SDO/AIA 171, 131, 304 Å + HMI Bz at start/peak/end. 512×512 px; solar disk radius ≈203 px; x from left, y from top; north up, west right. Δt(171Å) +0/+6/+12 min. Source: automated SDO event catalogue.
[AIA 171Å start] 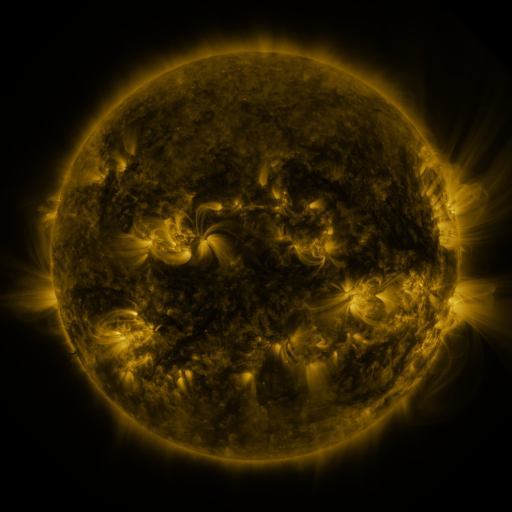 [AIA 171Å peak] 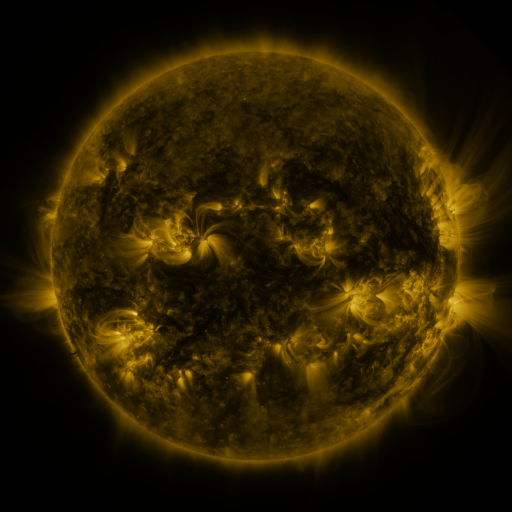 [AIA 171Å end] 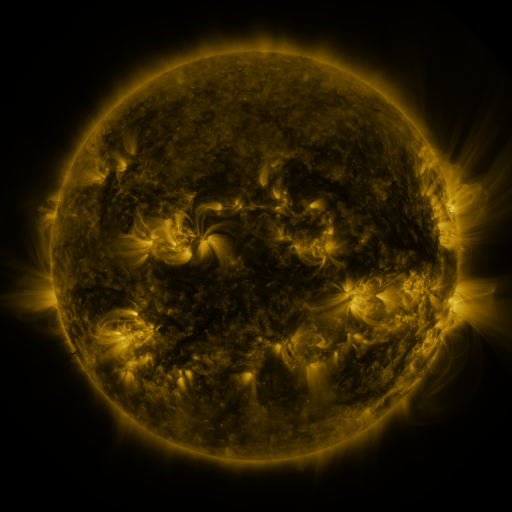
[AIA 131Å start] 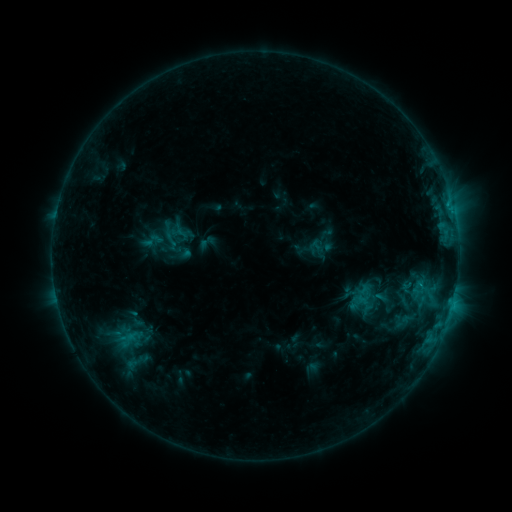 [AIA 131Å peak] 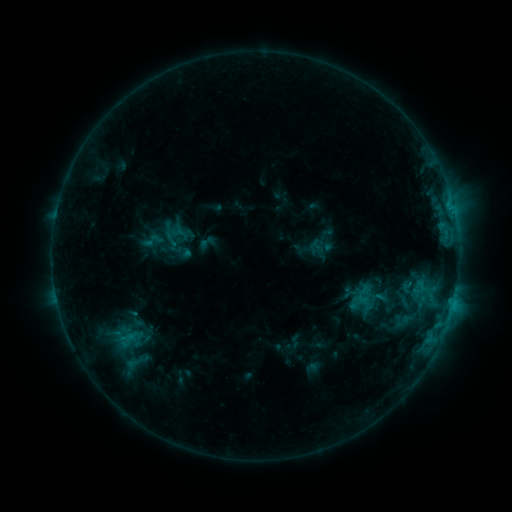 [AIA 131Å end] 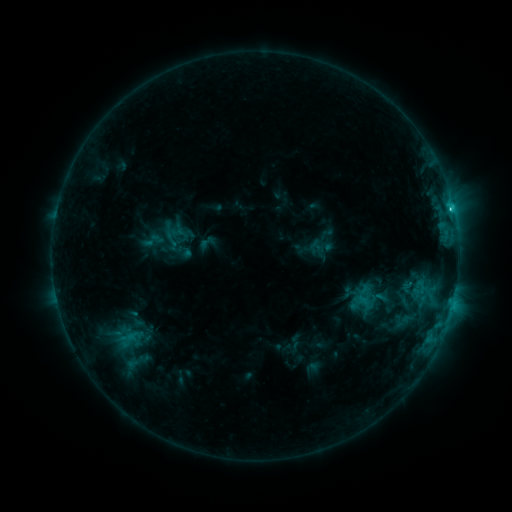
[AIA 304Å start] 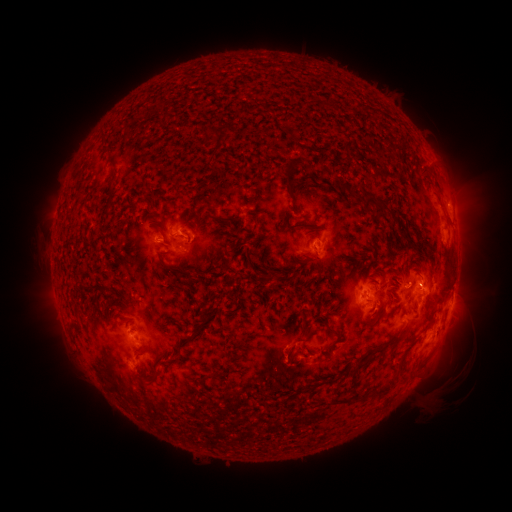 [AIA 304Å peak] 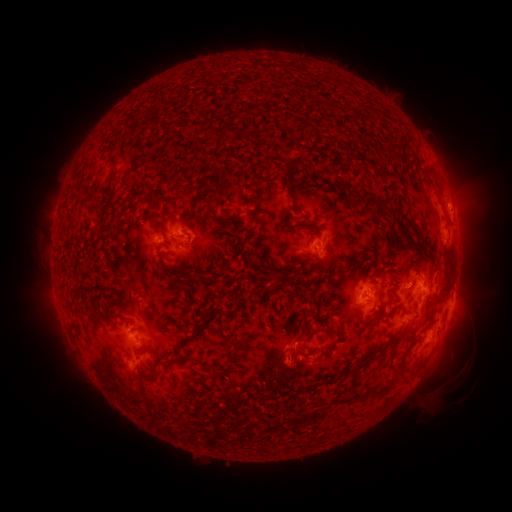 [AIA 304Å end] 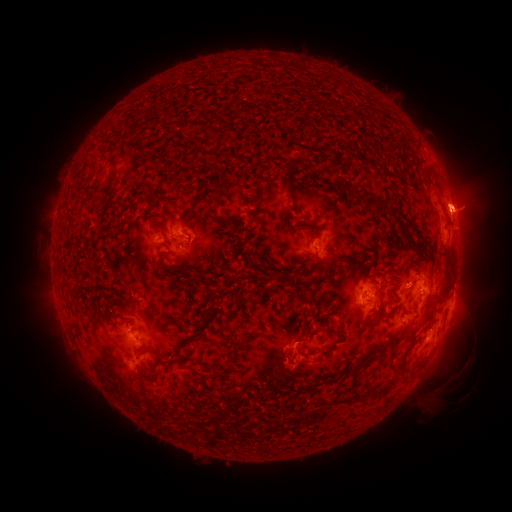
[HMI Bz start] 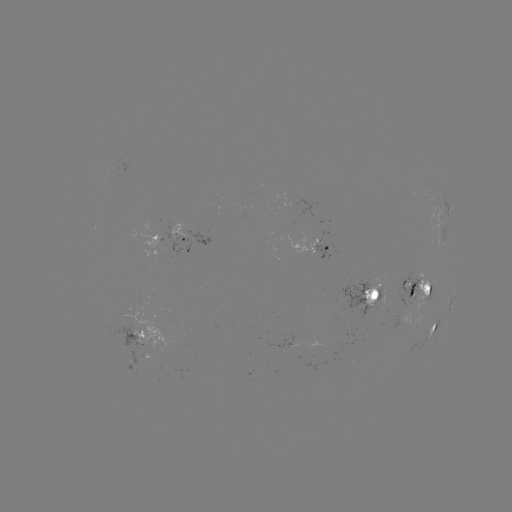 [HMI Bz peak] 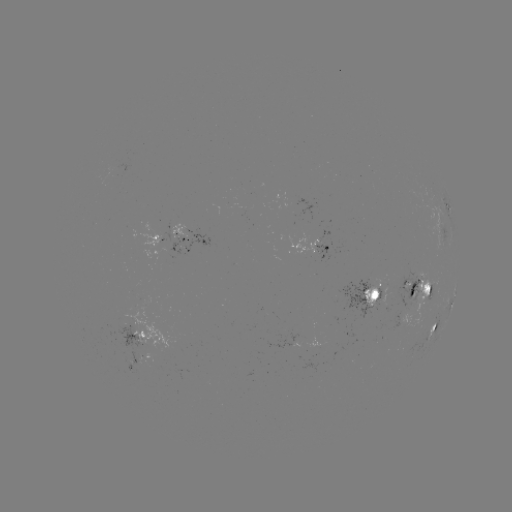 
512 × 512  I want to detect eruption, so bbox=[265, 343, 316, 391].